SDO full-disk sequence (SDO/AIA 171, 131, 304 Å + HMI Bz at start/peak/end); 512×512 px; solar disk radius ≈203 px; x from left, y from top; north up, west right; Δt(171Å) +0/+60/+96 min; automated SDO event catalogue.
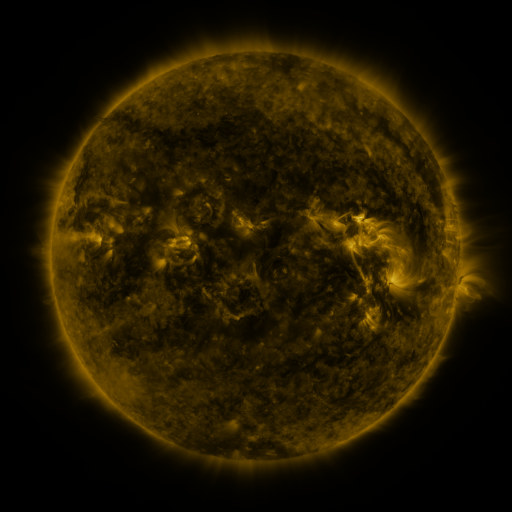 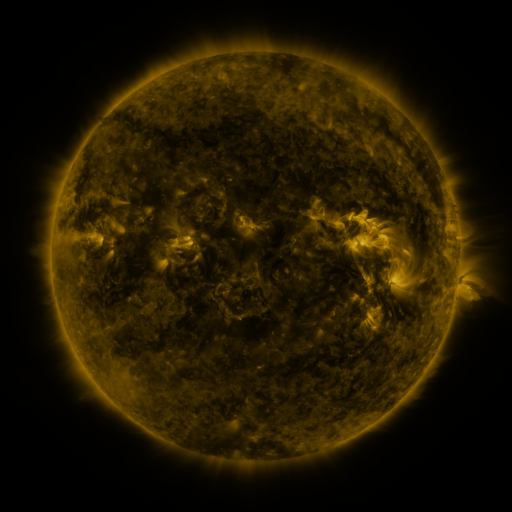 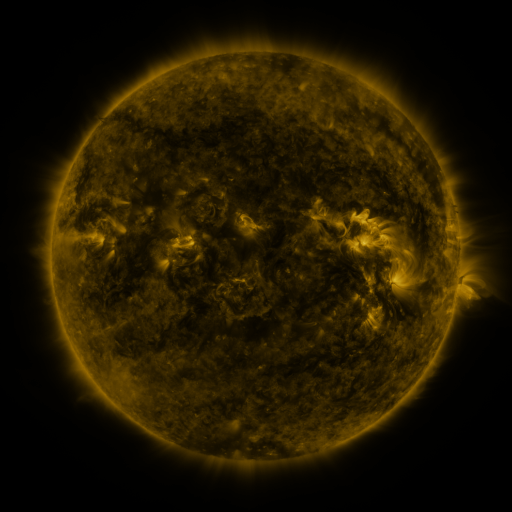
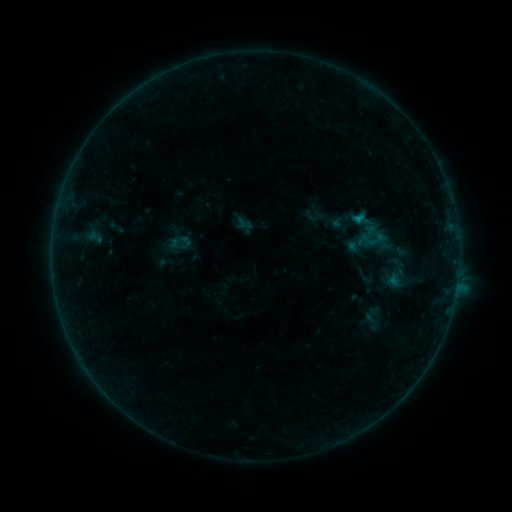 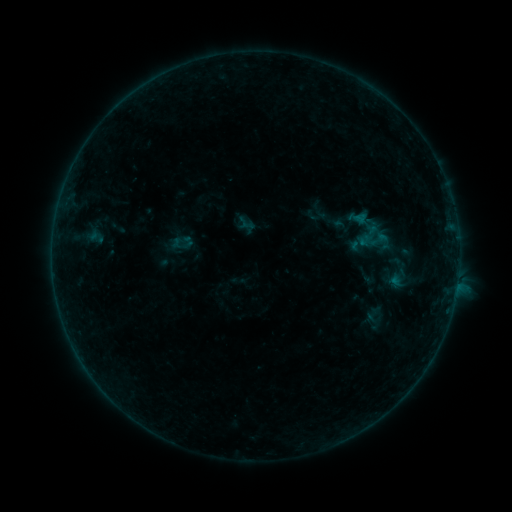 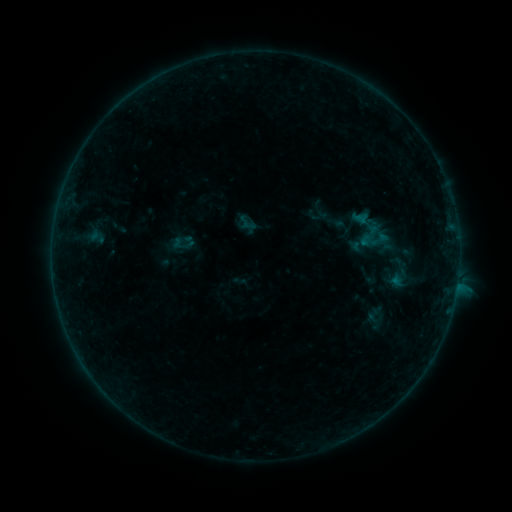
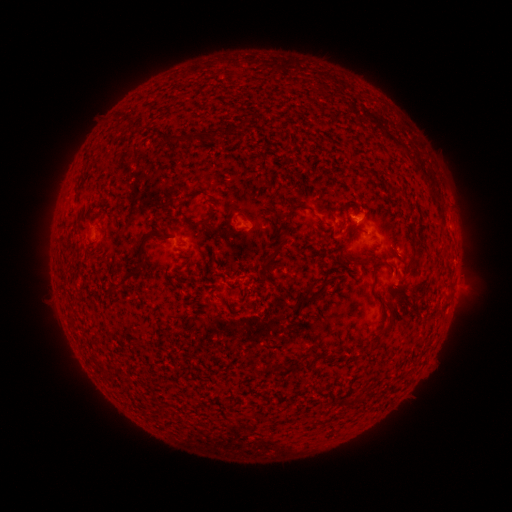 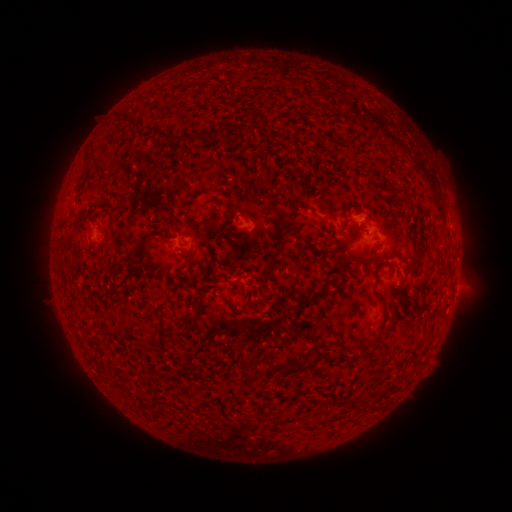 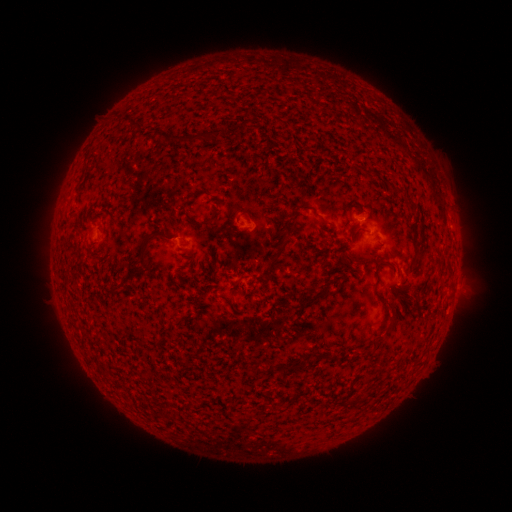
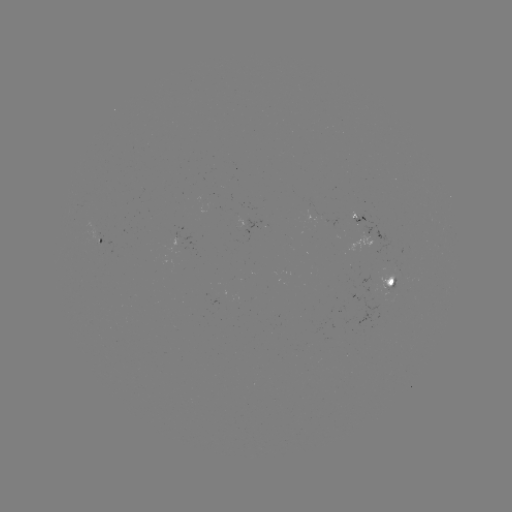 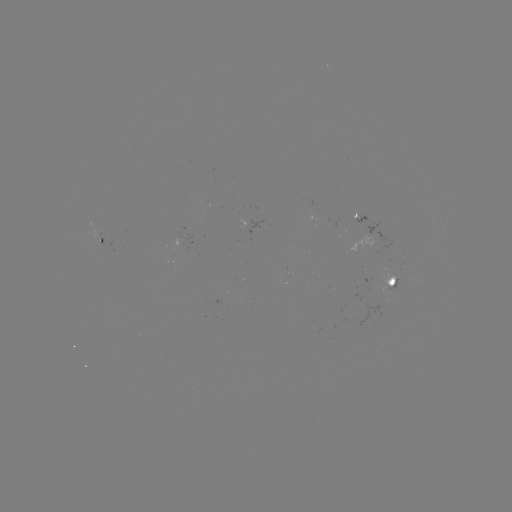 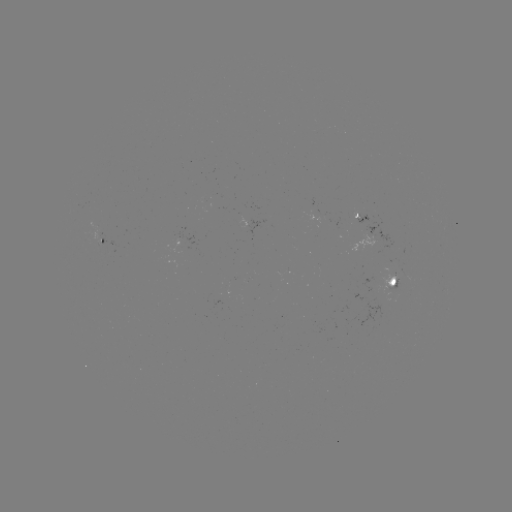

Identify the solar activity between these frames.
emerging-flux region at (375, 288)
